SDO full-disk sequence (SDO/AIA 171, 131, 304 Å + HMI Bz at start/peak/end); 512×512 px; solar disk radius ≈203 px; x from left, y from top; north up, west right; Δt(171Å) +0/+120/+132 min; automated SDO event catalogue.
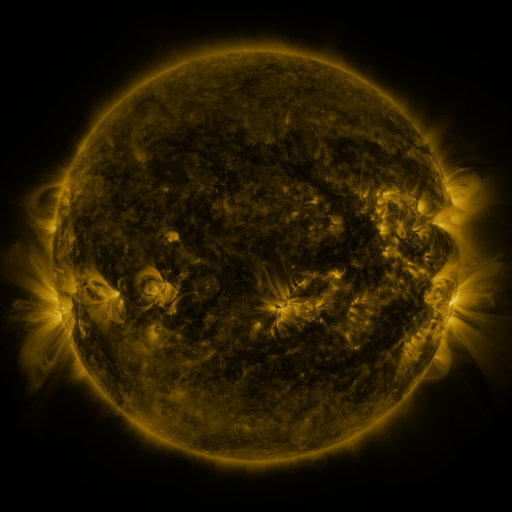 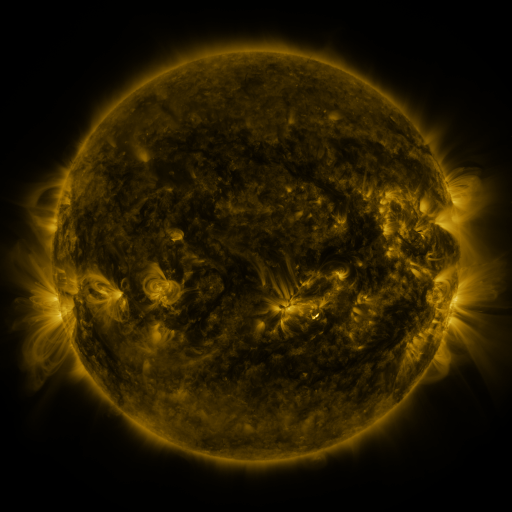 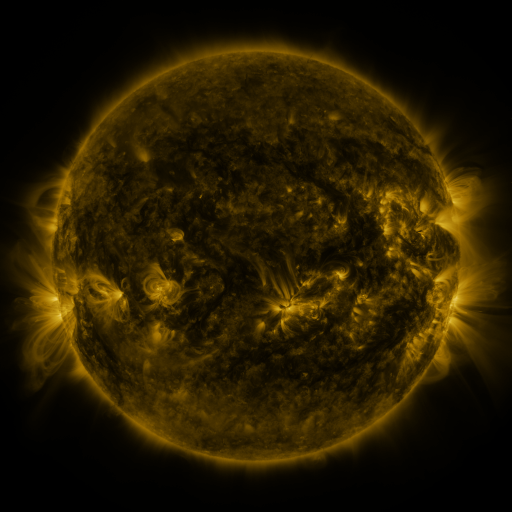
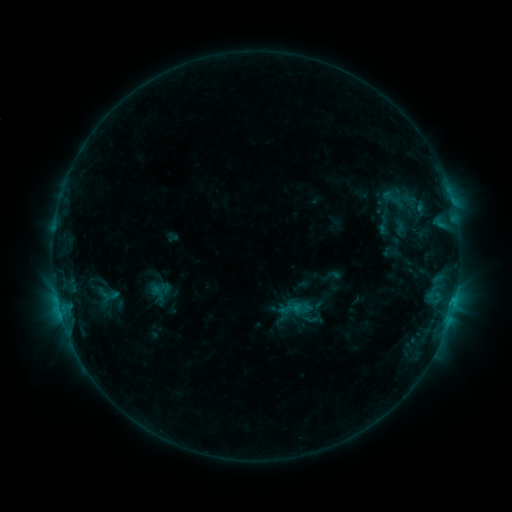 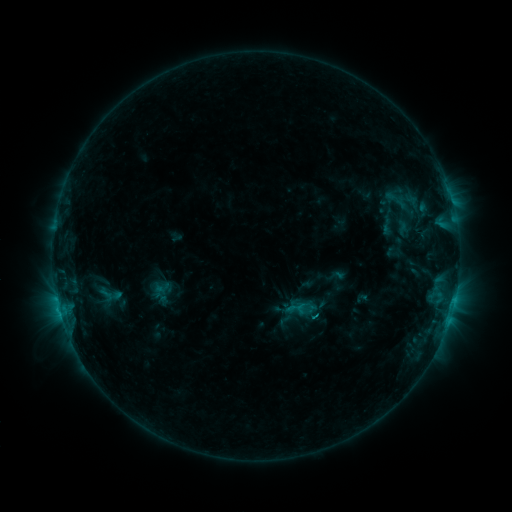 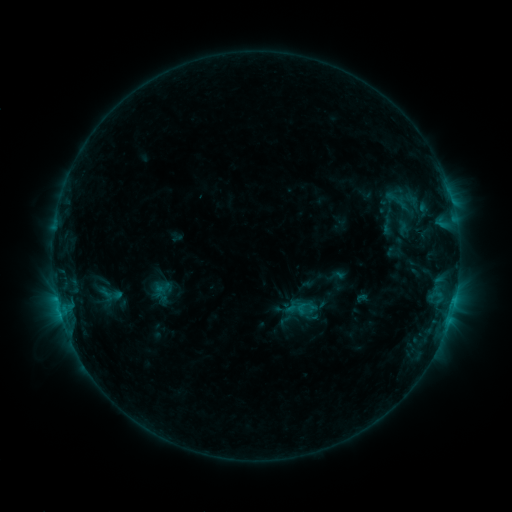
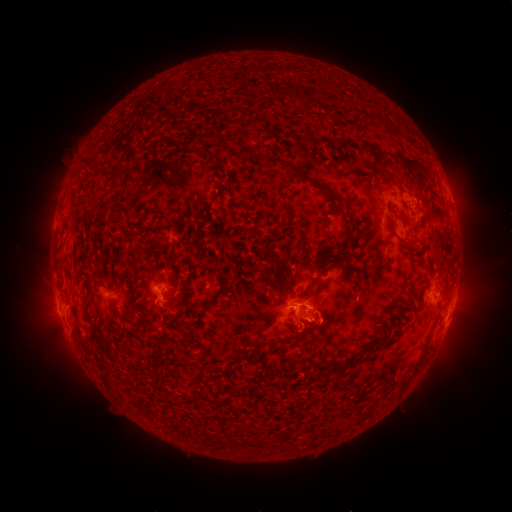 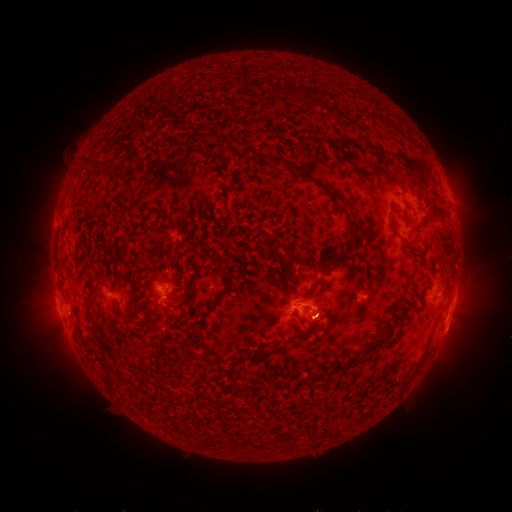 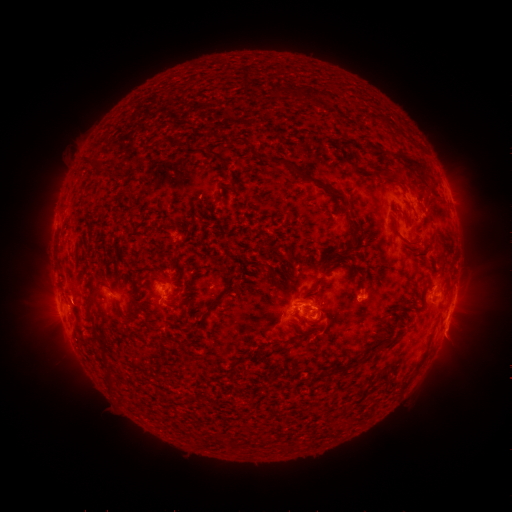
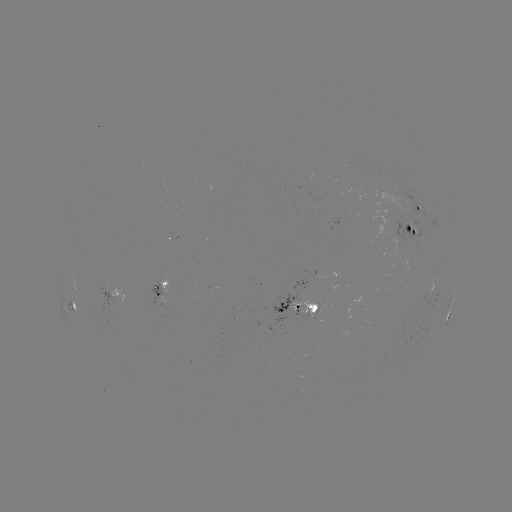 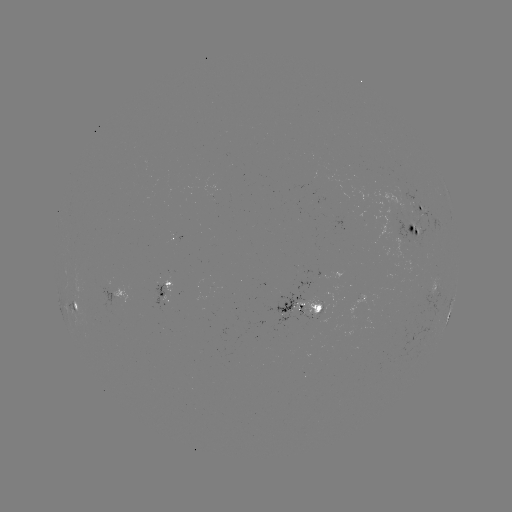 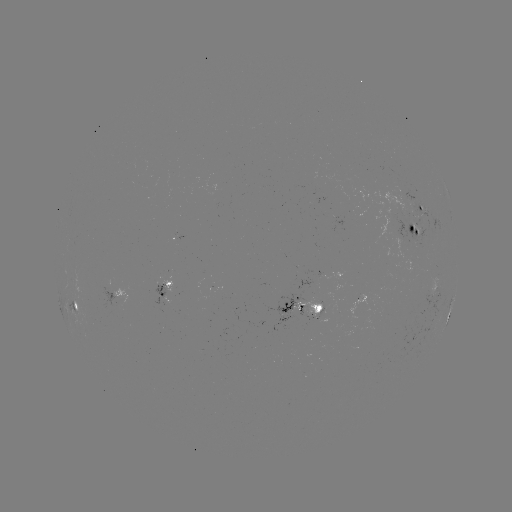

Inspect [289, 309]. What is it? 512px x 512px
emerging-flux region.